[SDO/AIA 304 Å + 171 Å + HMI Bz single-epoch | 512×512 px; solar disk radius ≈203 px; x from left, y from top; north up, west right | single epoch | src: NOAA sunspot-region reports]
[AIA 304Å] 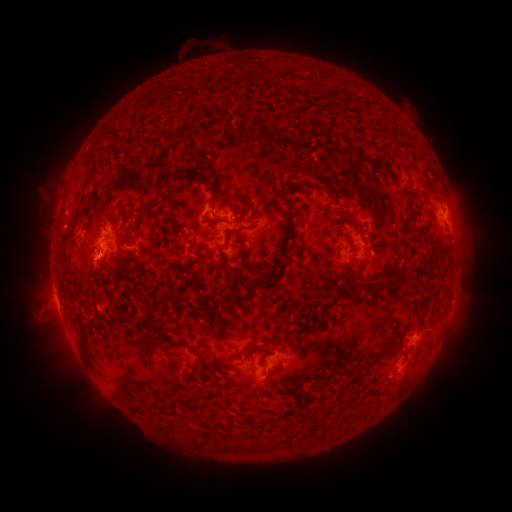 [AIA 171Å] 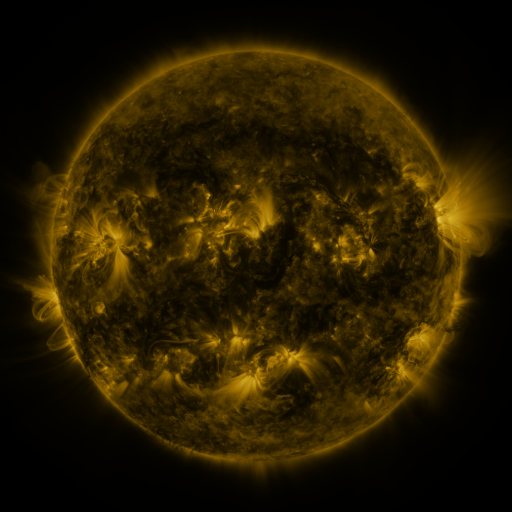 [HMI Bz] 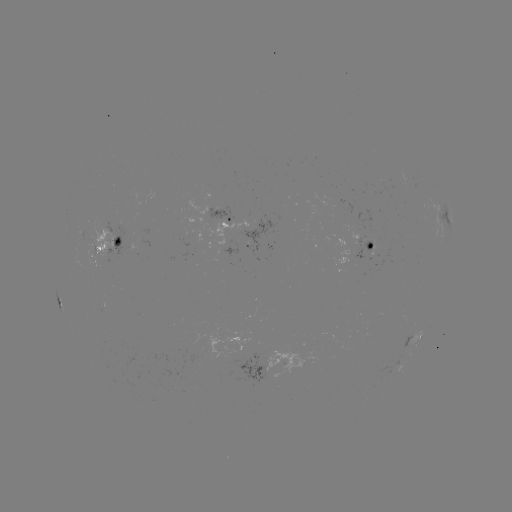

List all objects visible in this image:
spotted active region: (443, 220)
spotted active region: (225, 221)
spotted active region: (369, 246)
spotted active region: (110, 247)
spotted active region: (57, 290)
spotted active region: (416, 341)
spotted active region: (265, 365)
spotted active region: (395, 370)
